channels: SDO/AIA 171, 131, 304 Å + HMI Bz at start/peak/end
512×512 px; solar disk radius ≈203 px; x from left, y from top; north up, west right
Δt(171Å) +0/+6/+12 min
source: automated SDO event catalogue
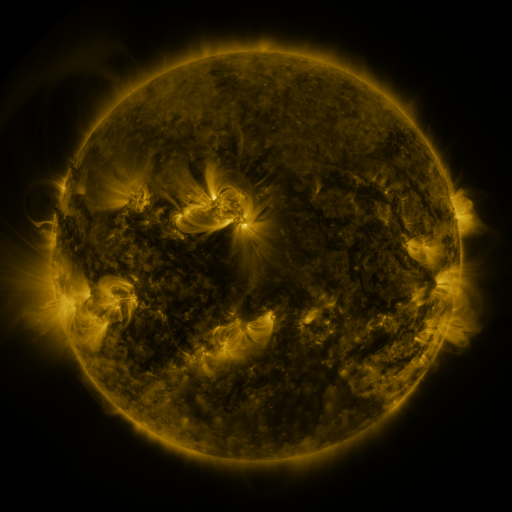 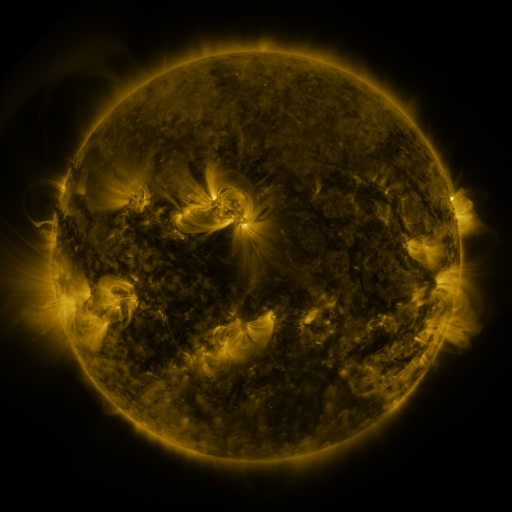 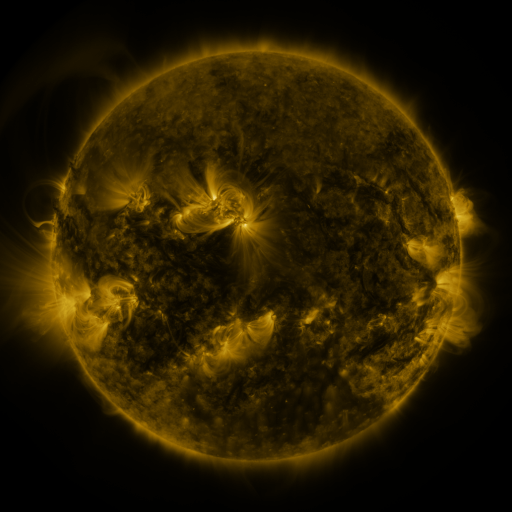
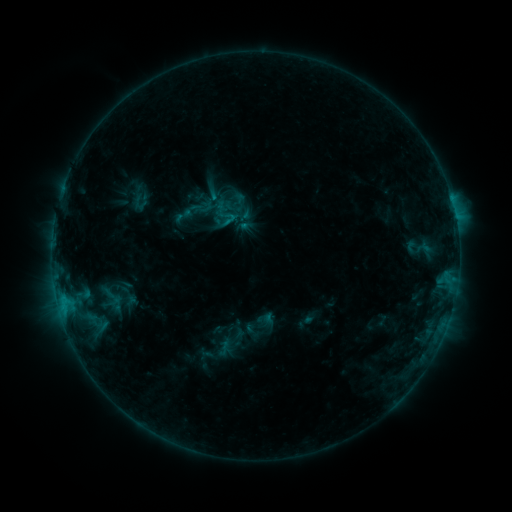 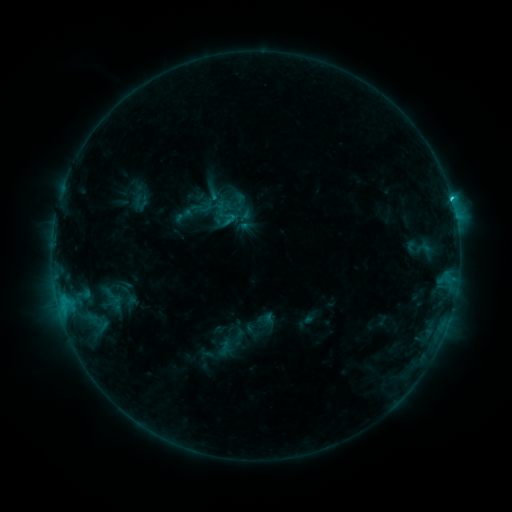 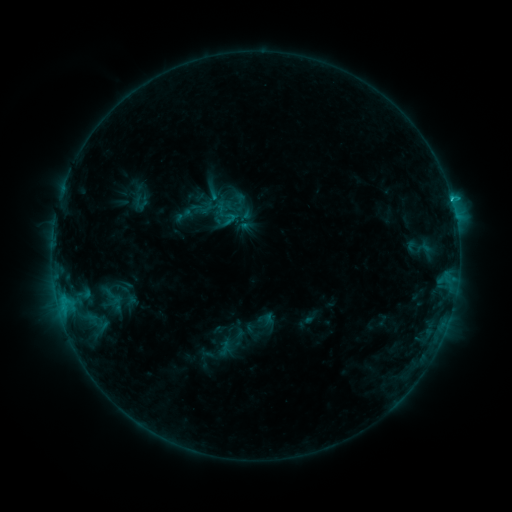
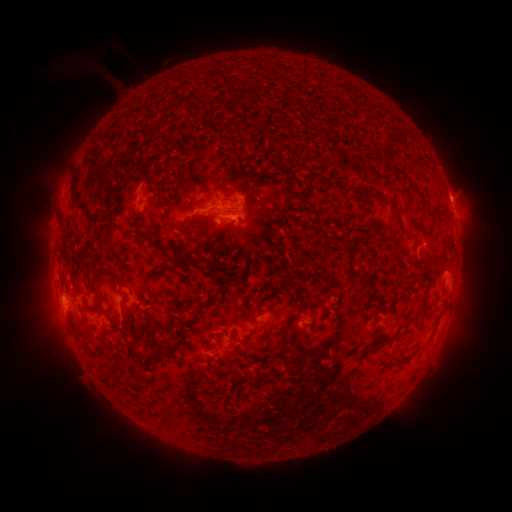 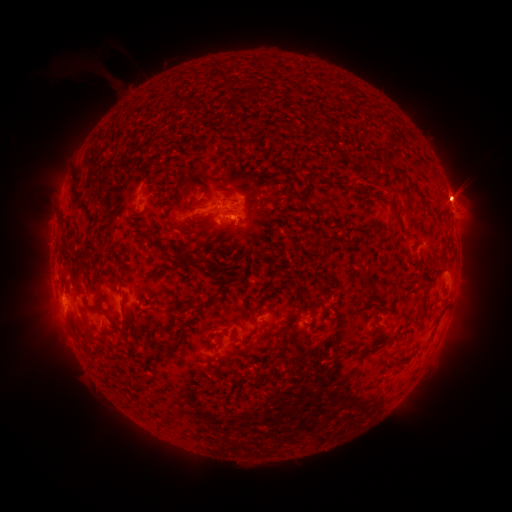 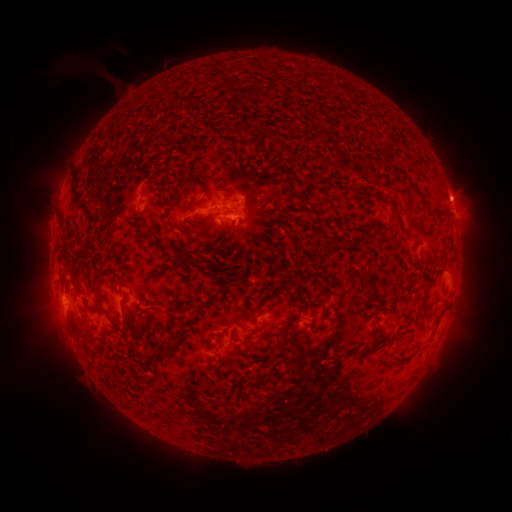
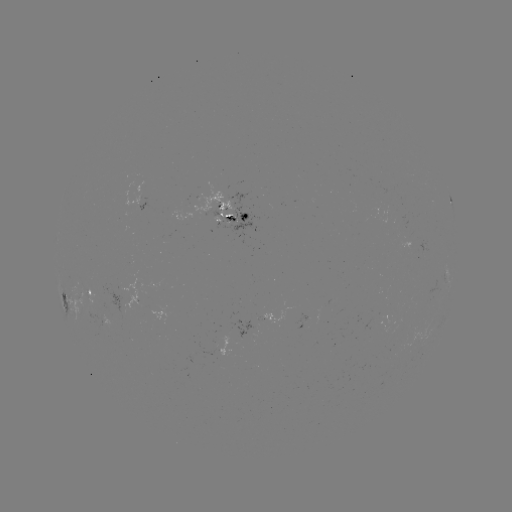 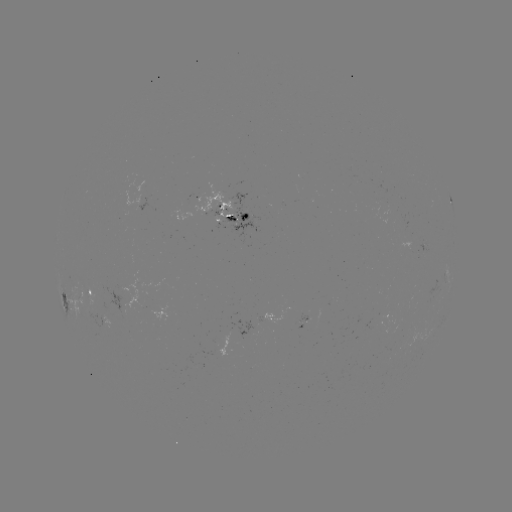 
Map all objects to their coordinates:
C1.6 flare: (451, 200)
